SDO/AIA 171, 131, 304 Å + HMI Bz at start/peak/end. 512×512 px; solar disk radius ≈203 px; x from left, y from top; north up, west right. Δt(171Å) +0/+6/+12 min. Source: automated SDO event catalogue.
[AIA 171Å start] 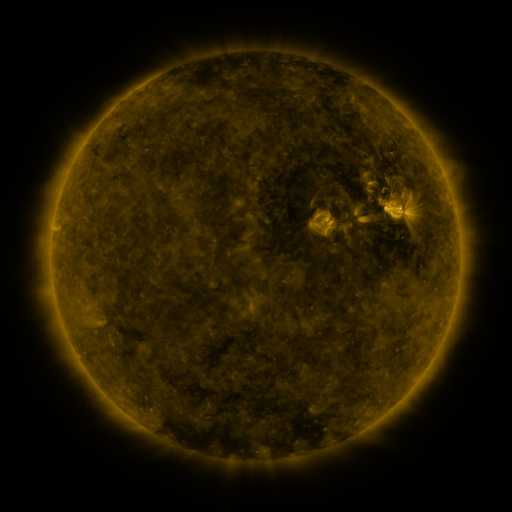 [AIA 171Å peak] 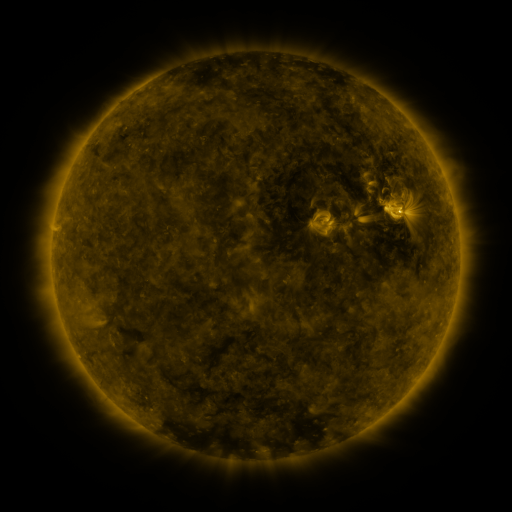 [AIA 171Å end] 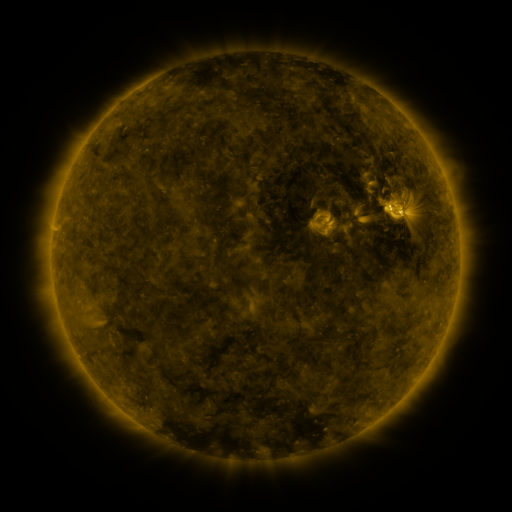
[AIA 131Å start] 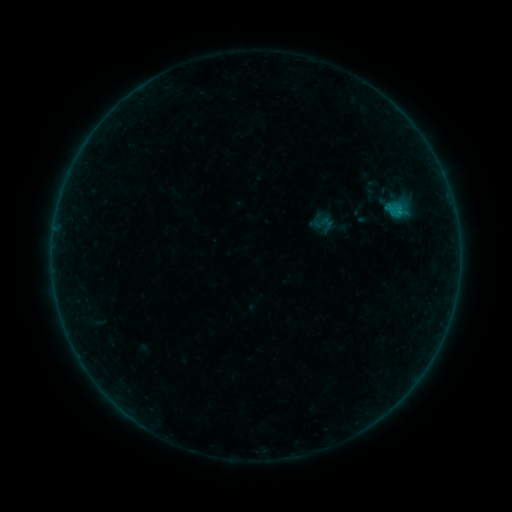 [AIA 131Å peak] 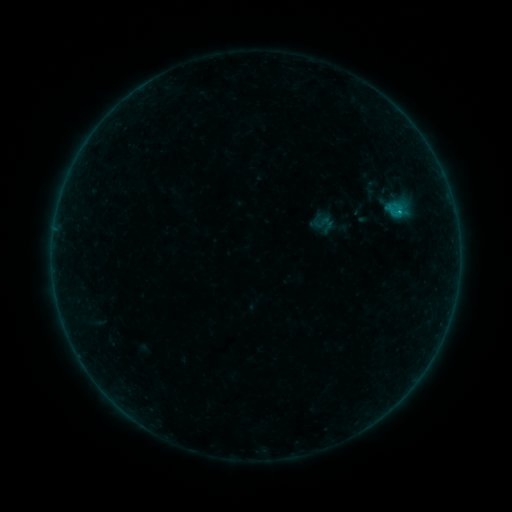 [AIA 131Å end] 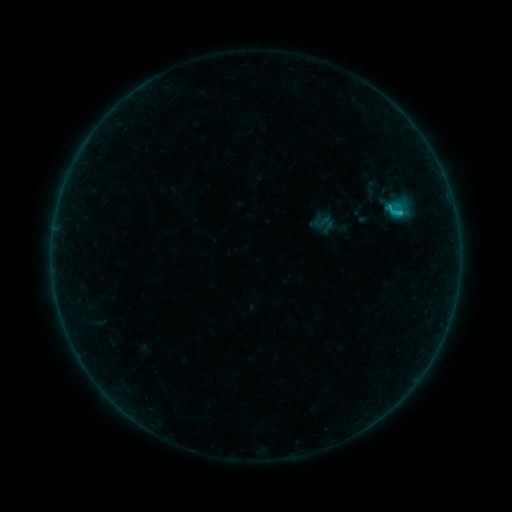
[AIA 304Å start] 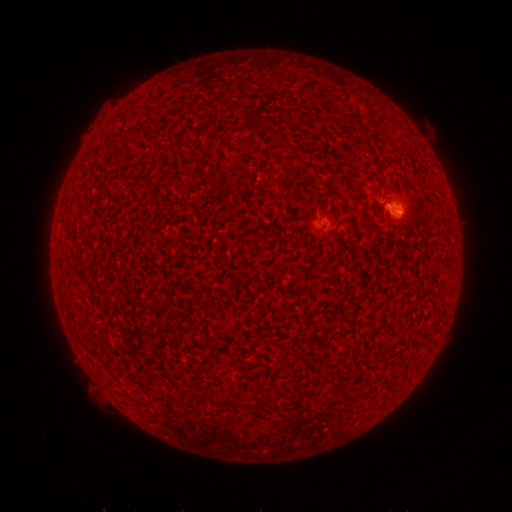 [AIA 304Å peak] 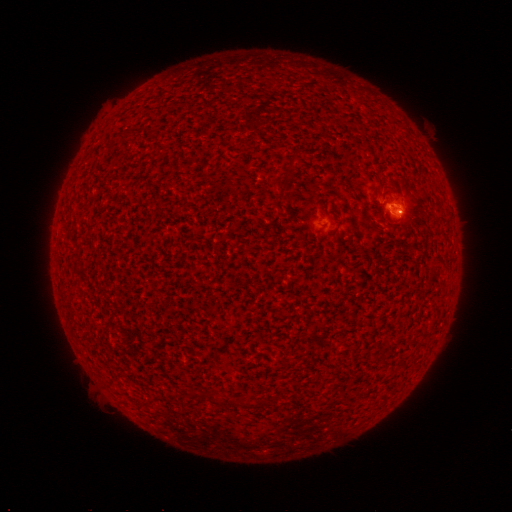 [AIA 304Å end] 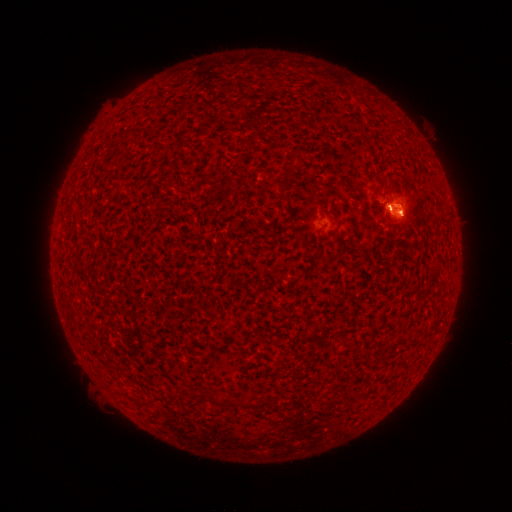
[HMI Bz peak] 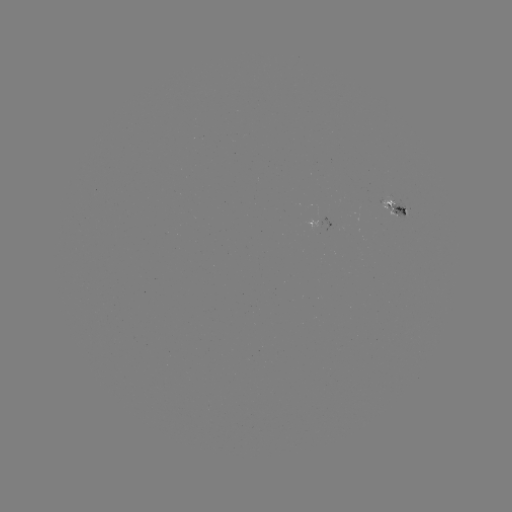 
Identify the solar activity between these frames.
C1.2 flare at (399, 213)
